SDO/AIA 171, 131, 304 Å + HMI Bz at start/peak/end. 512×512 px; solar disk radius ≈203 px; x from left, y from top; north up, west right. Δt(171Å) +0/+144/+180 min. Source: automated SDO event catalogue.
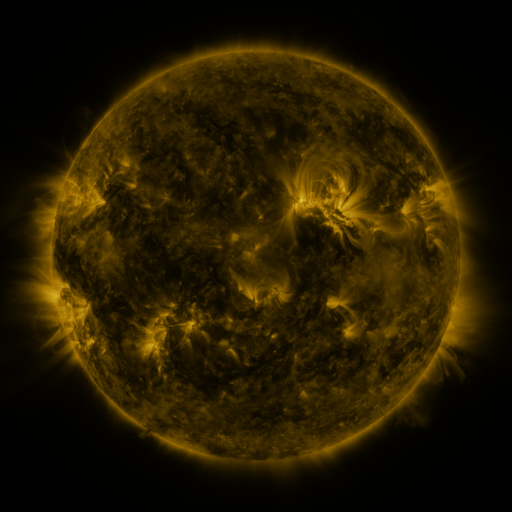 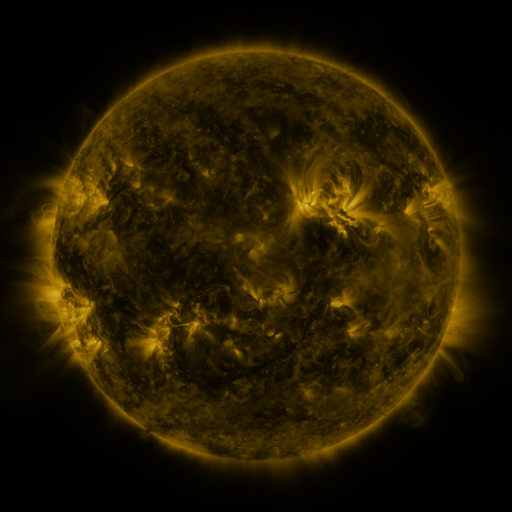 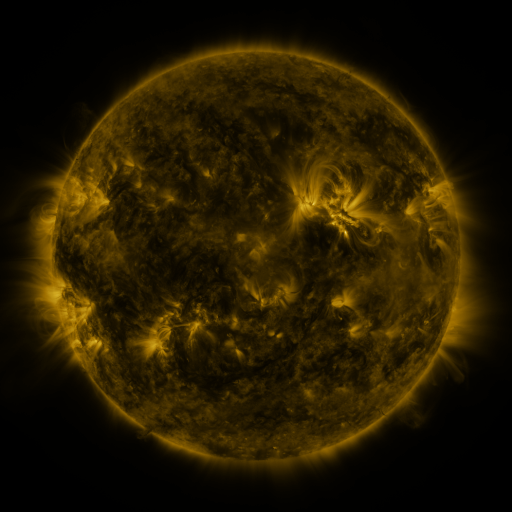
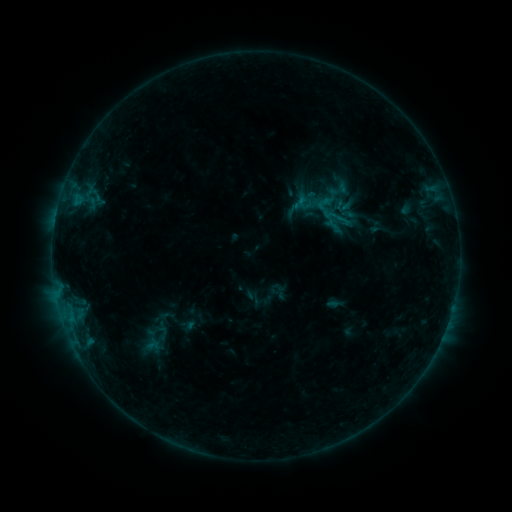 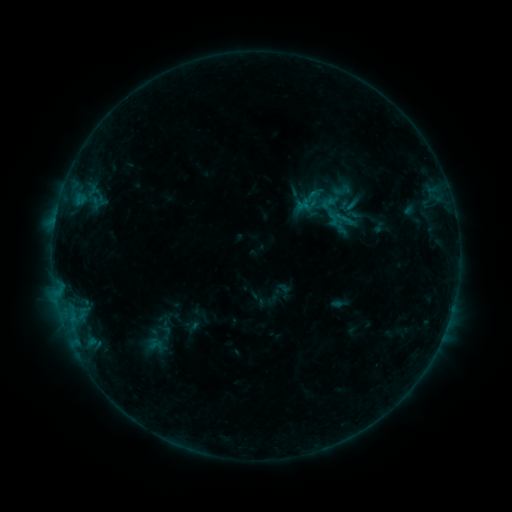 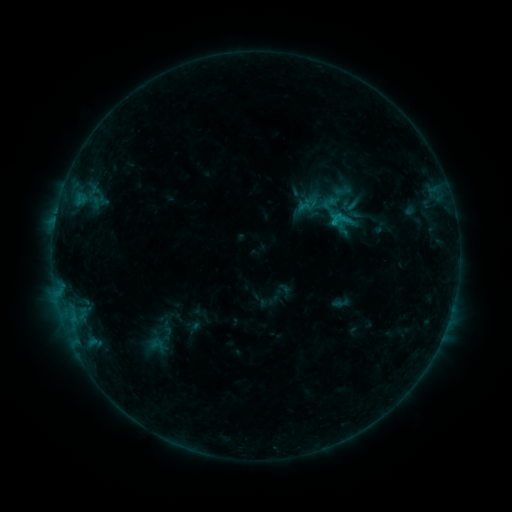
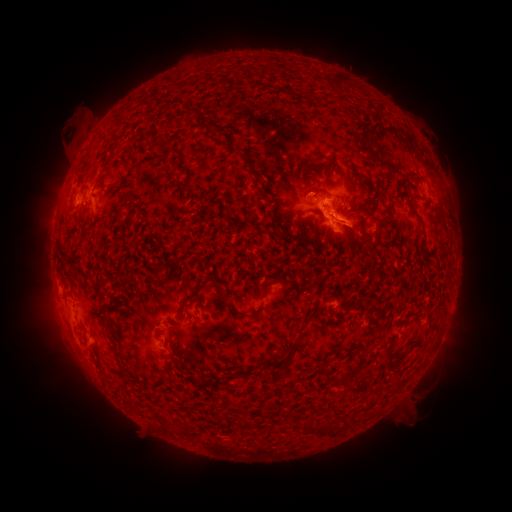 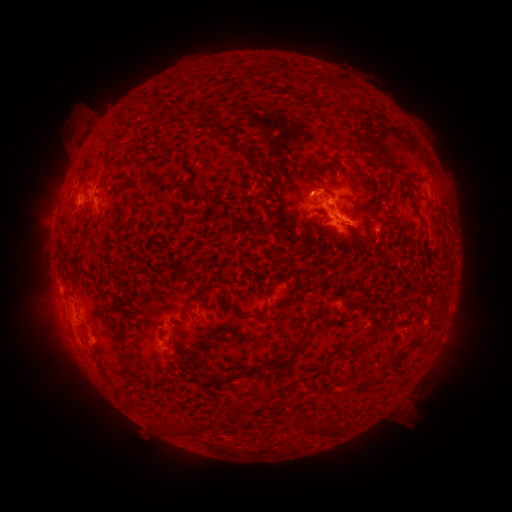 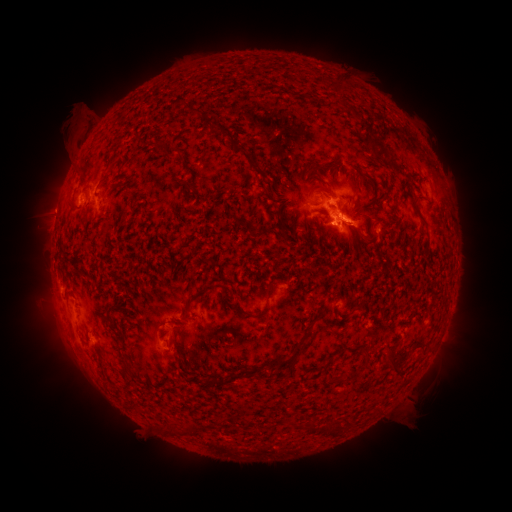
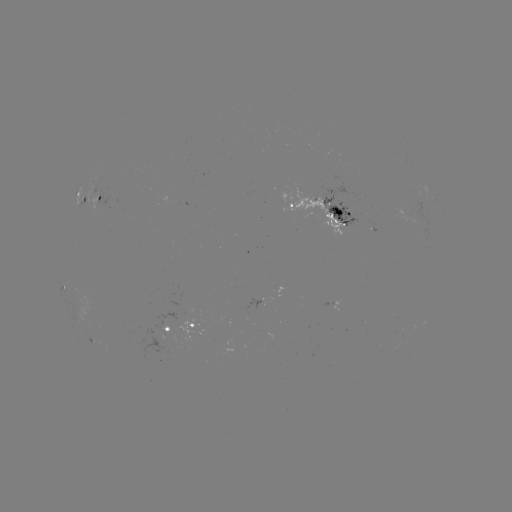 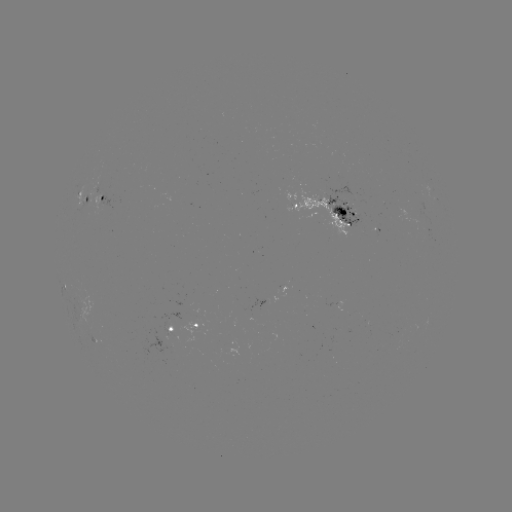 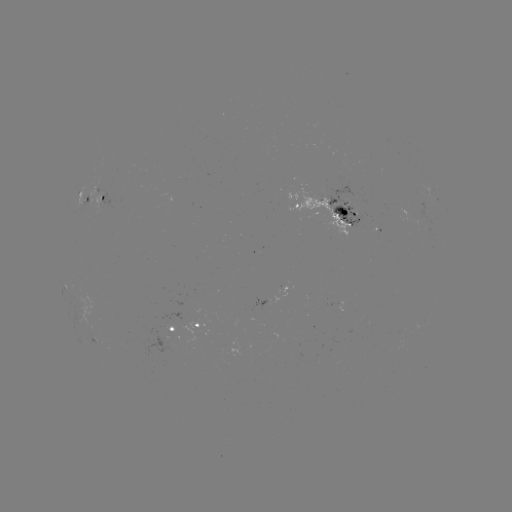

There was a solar emerging-flux region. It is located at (348, 210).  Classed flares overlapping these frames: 3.